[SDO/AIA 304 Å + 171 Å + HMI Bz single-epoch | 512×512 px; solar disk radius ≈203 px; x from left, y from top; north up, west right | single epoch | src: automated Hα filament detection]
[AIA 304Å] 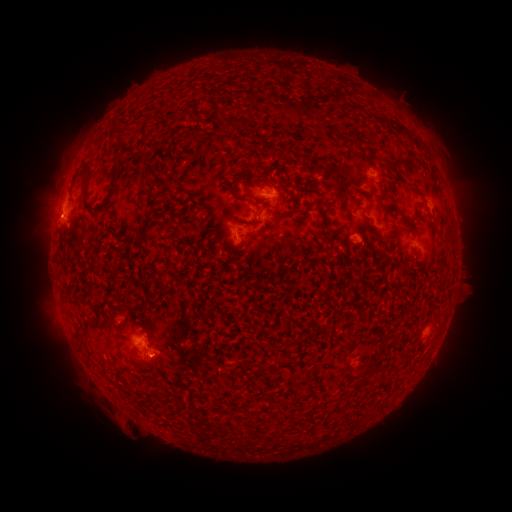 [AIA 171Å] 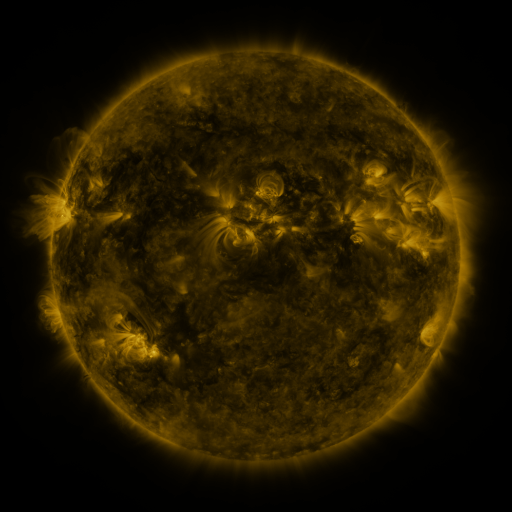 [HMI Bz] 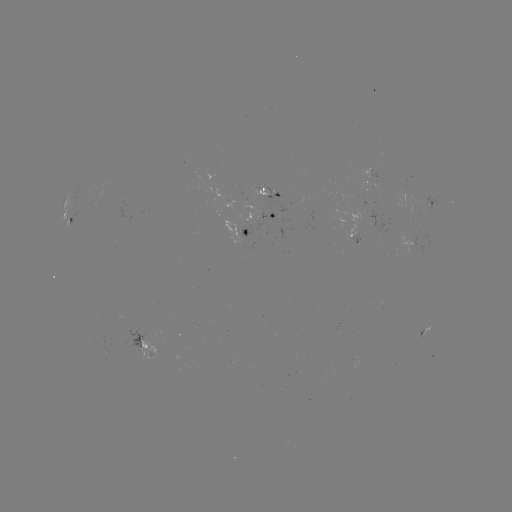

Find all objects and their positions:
filament: (228, 117, 237, 129)
filament: (144, 162, 168, 185)
filament: (162, 185, 173, 194)
filament: (105, 192, 113, 204)
